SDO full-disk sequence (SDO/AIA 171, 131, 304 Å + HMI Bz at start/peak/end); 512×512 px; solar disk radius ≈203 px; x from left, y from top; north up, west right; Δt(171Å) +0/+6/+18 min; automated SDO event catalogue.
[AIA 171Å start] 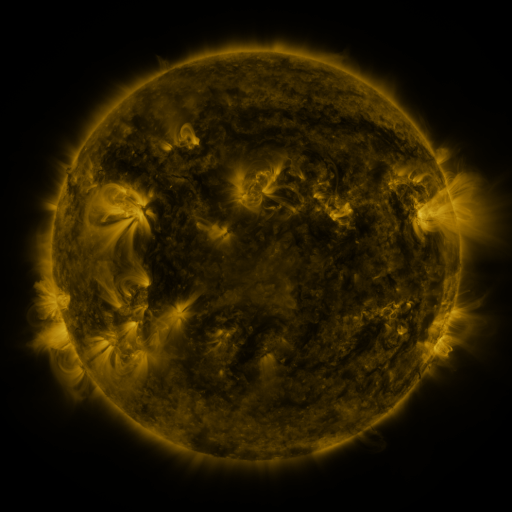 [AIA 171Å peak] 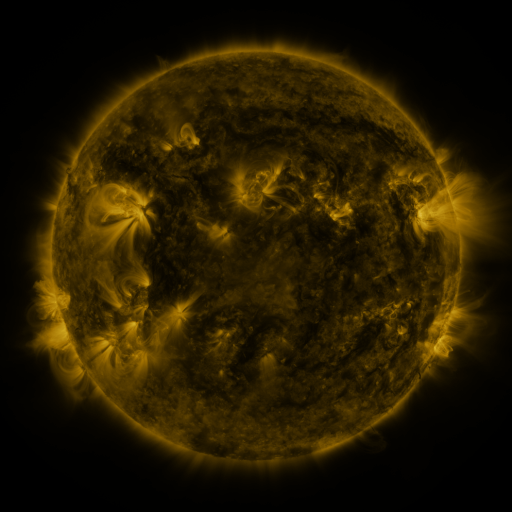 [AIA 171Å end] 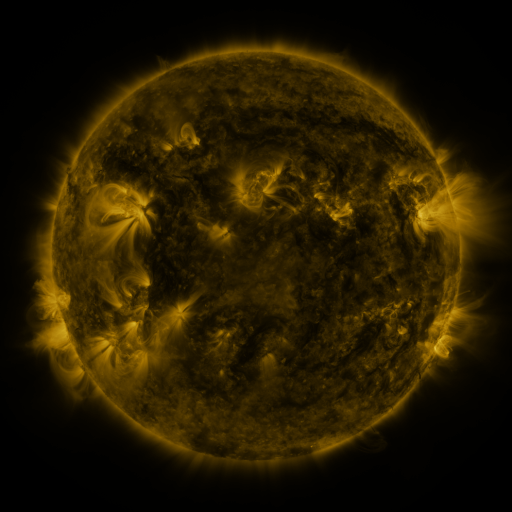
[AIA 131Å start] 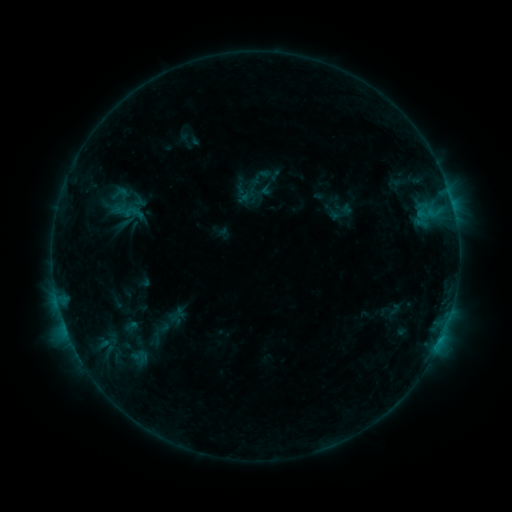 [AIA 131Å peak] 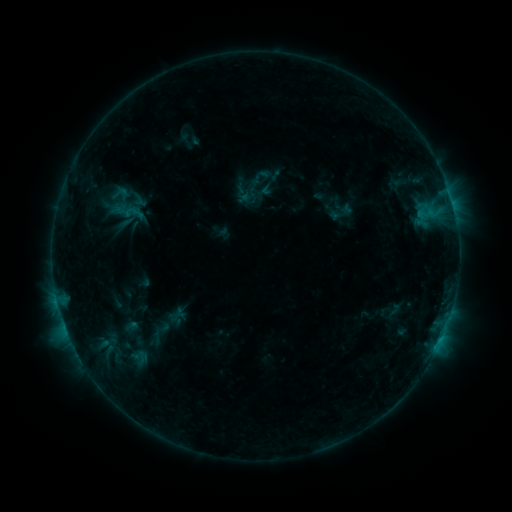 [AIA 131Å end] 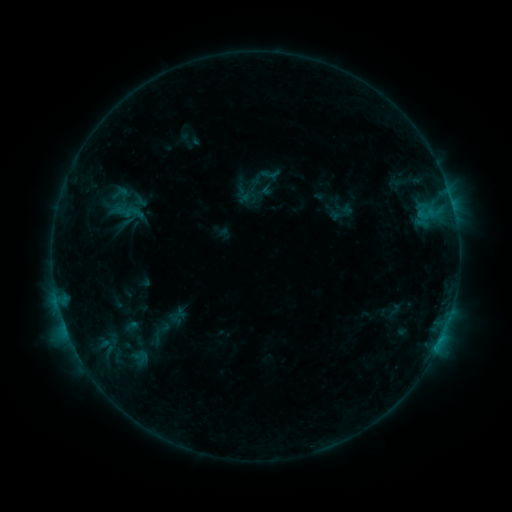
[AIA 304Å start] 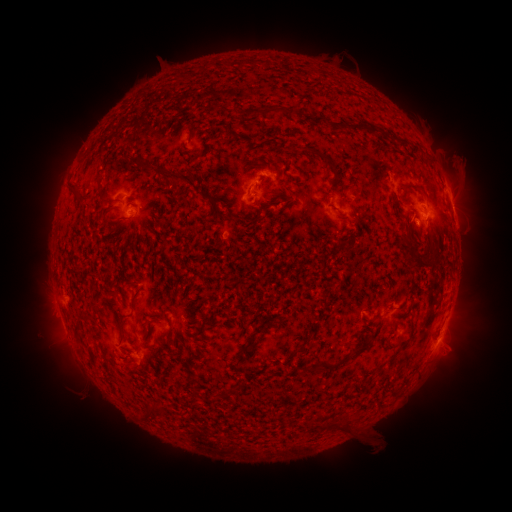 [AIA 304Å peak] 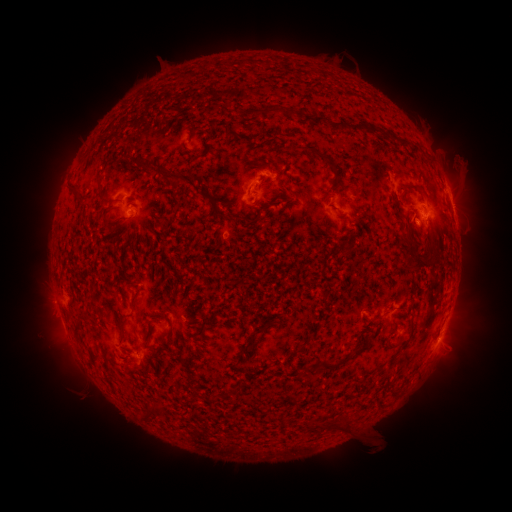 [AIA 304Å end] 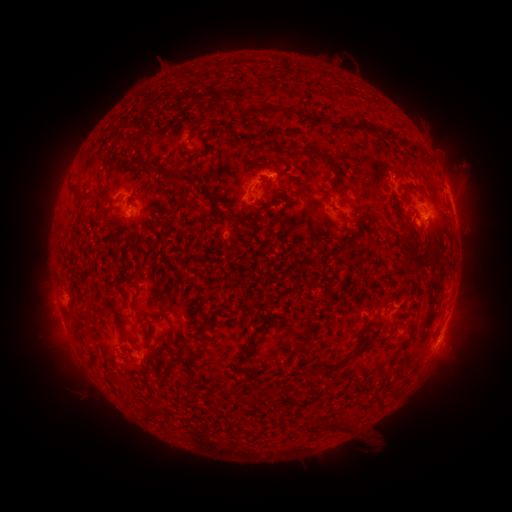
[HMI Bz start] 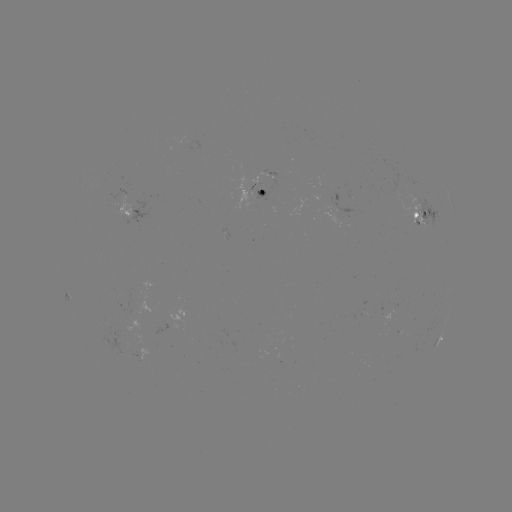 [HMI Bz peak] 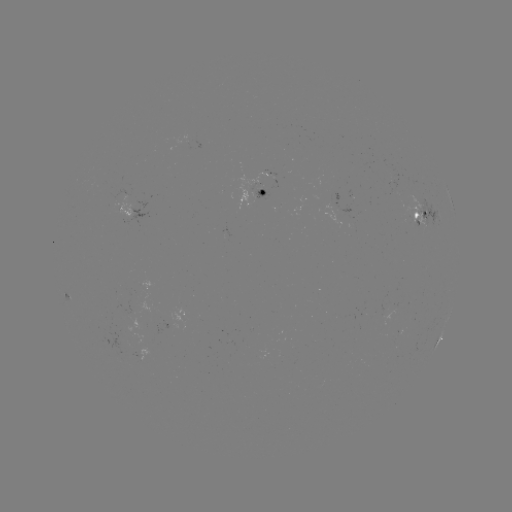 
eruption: [448, 148, 482, 180]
